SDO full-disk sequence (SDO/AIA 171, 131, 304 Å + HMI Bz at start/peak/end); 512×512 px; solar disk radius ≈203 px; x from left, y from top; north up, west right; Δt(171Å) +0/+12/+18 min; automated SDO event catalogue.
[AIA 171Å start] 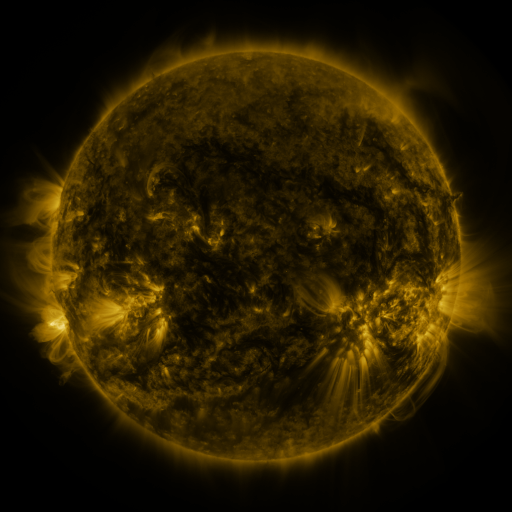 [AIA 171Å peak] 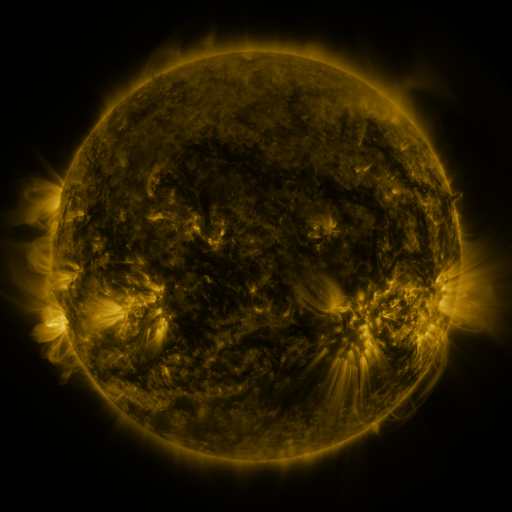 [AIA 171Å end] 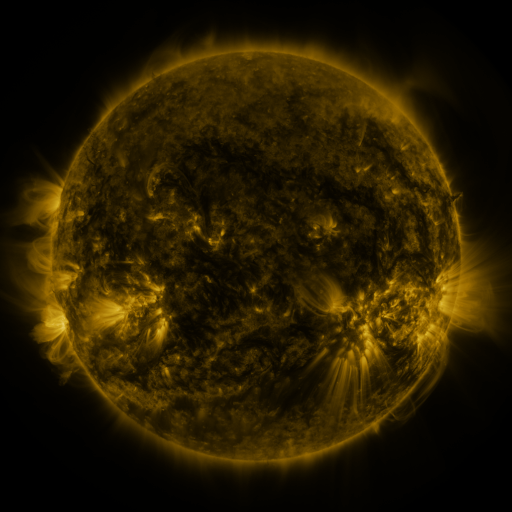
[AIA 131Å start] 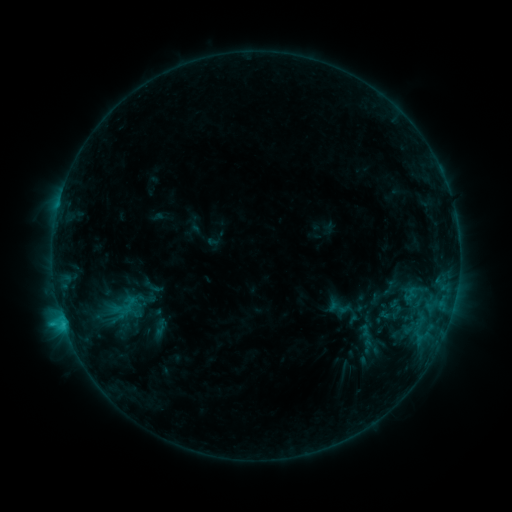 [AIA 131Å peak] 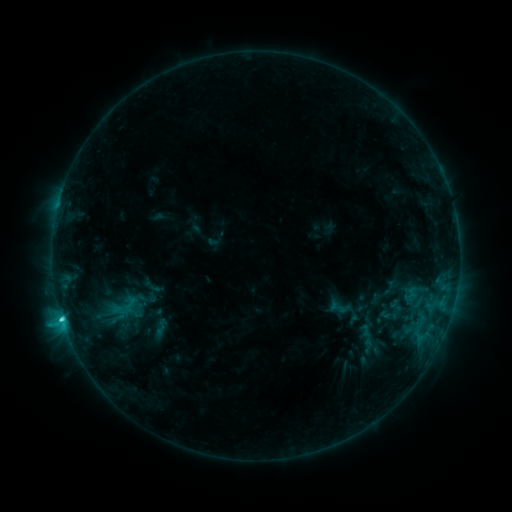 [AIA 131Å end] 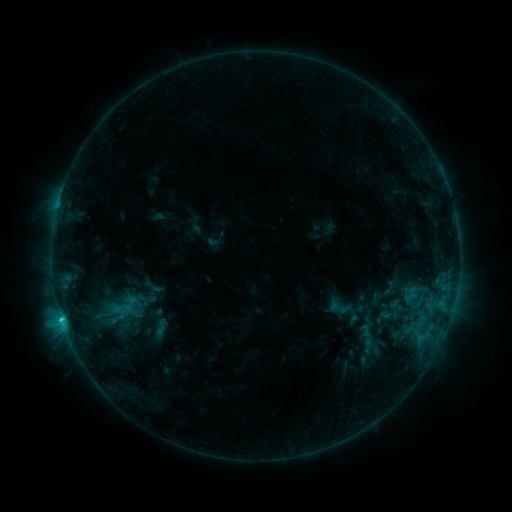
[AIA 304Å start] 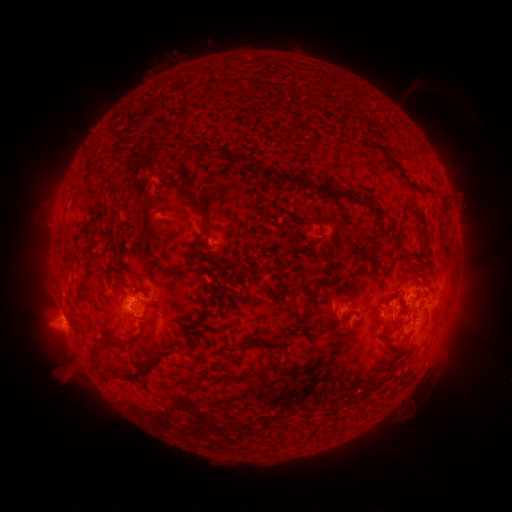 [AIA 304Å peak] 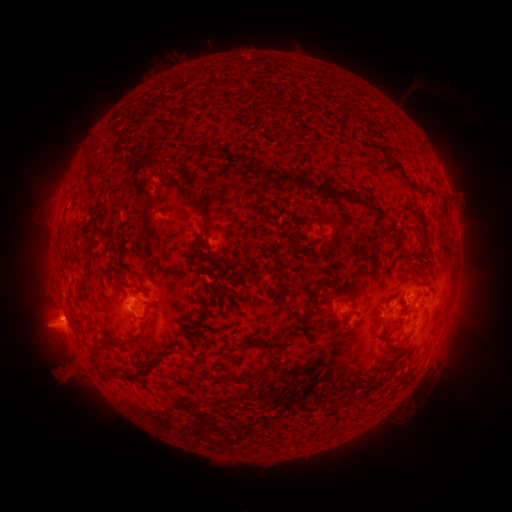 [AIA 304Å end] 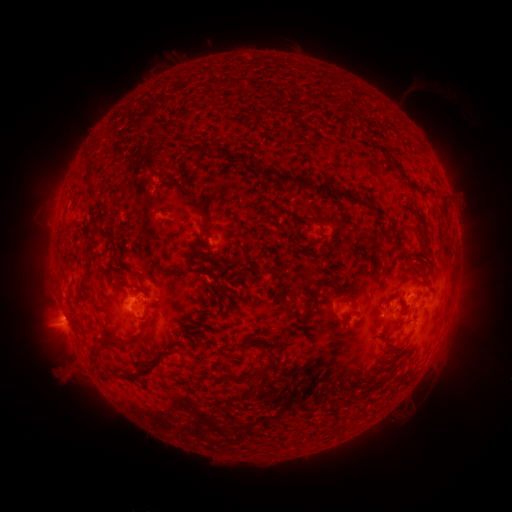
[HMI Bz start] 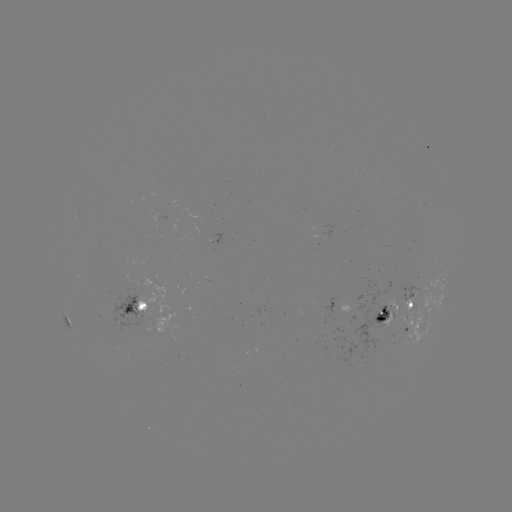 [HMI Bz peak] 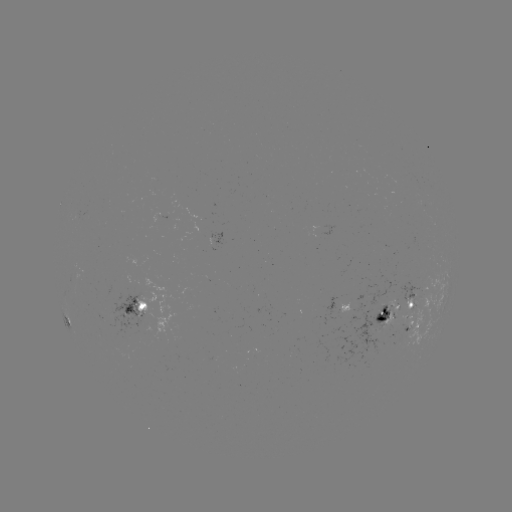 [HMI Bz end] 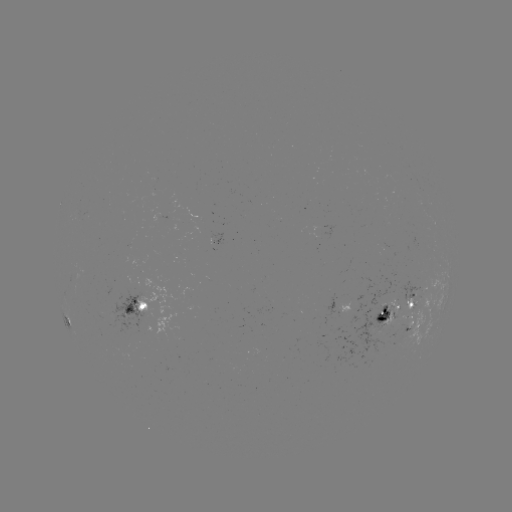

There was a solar flare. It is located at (63, 316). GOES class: C2.1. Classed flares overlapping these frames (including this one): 1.